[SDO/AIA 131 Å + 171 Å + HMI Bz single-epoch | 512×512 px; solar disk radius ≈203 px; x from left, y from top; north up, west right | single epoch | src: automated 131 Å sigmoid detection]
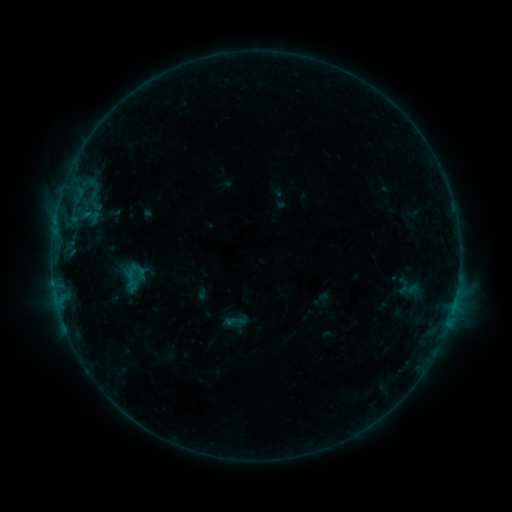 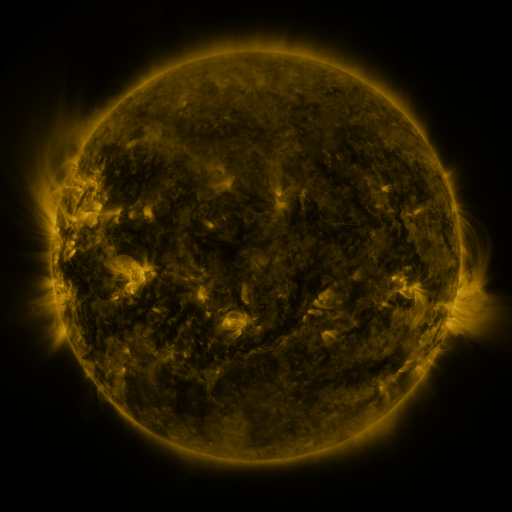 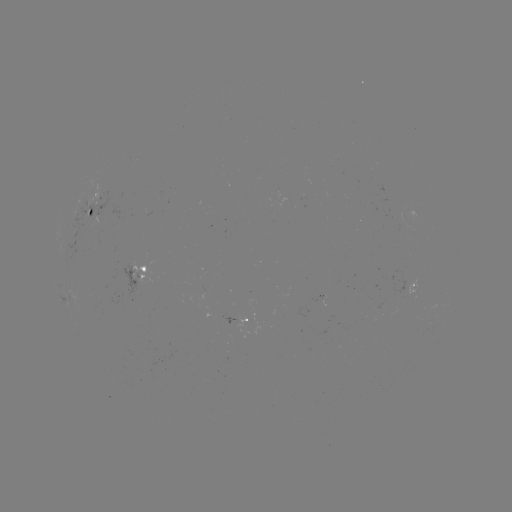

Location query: sigmoid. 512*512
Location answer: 134,276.